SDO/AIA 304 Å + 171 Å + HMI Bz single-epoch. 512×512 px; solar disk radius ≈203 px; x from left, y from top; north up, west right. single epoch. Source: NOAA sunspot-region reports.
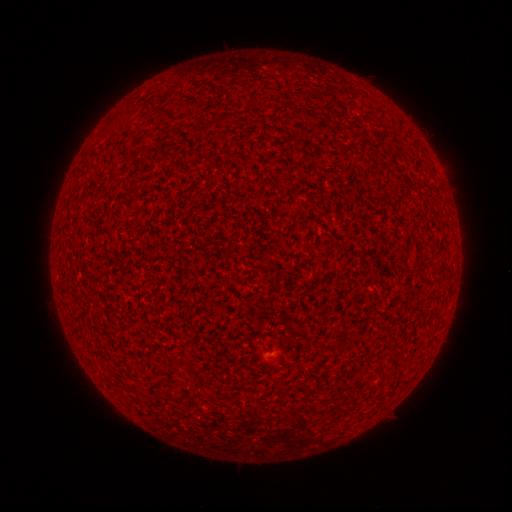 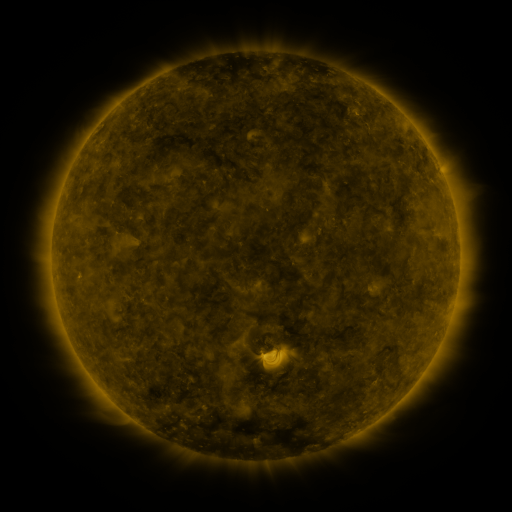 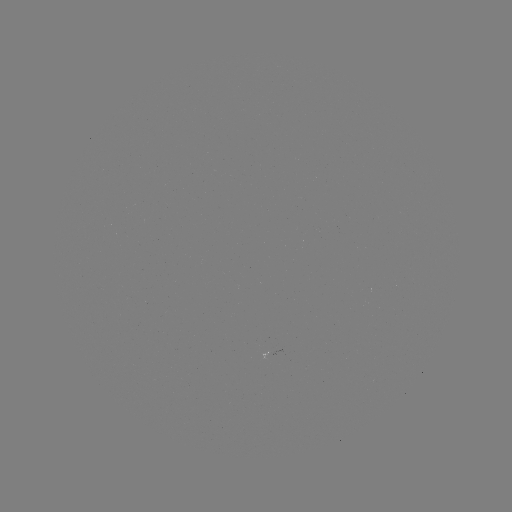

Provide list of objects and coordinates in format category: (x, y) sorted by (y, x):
(none)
